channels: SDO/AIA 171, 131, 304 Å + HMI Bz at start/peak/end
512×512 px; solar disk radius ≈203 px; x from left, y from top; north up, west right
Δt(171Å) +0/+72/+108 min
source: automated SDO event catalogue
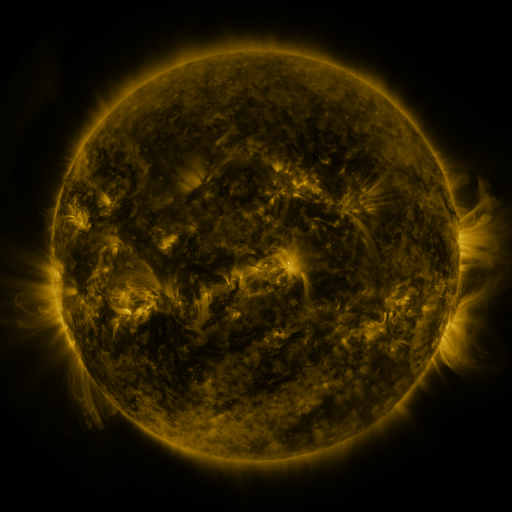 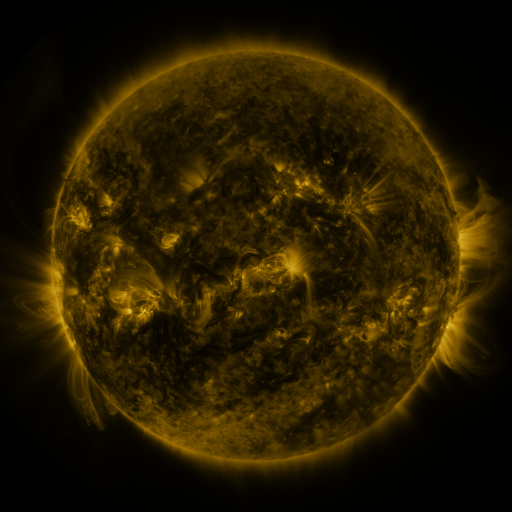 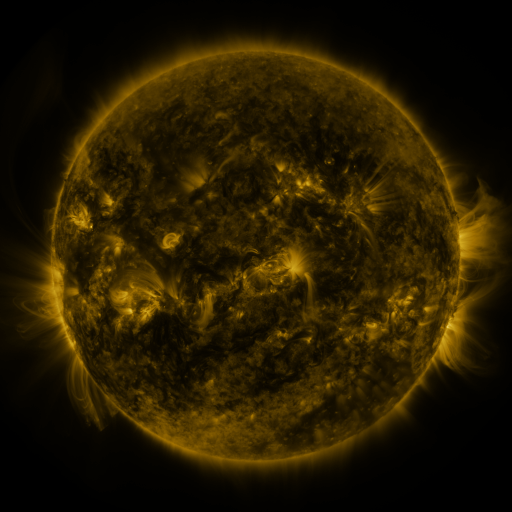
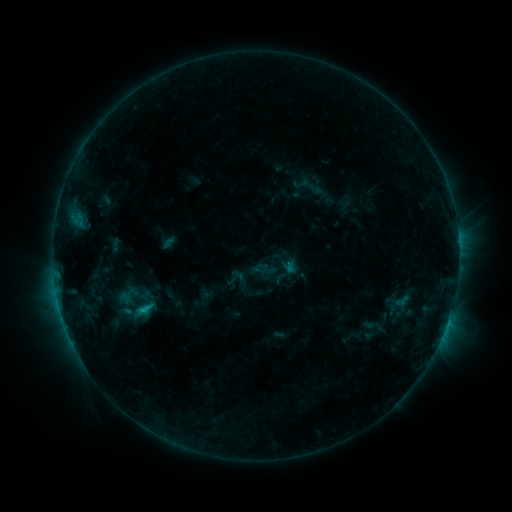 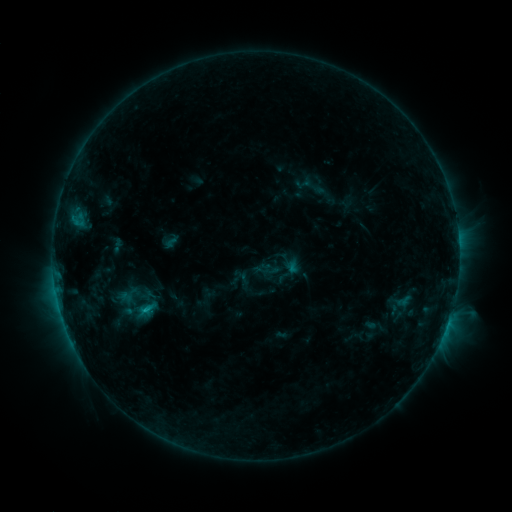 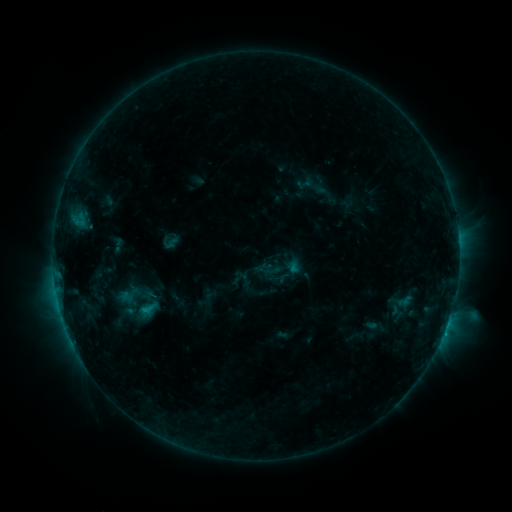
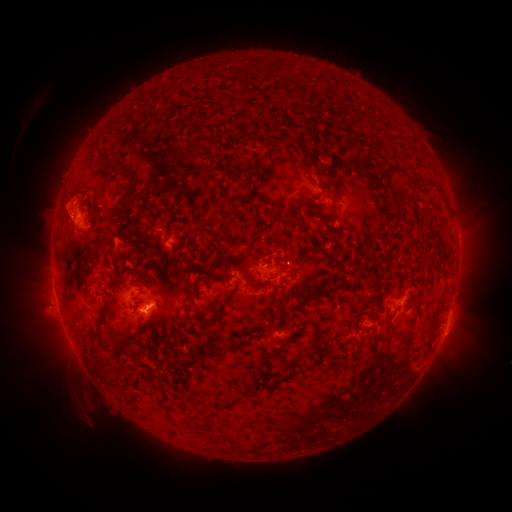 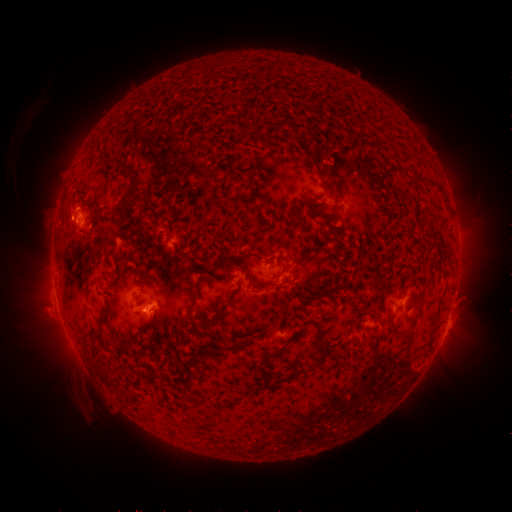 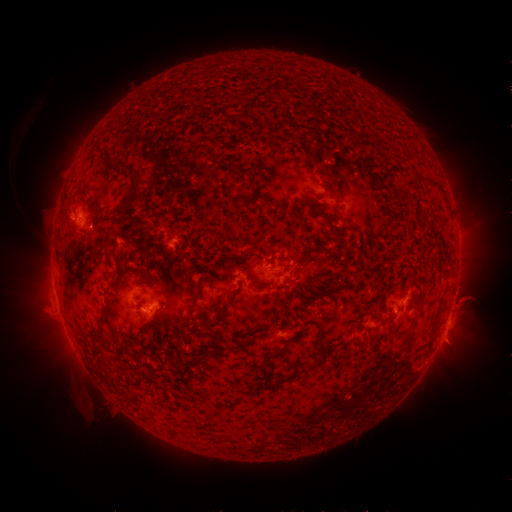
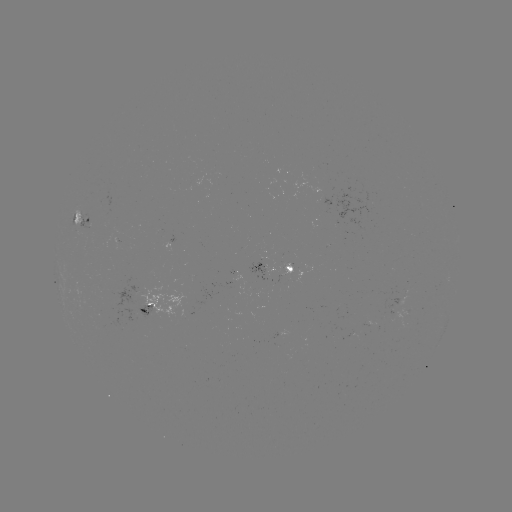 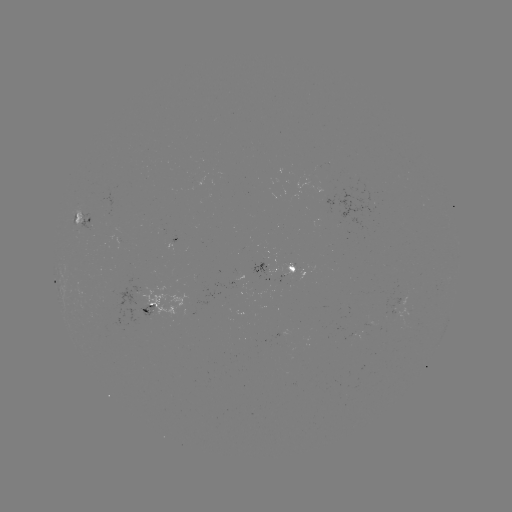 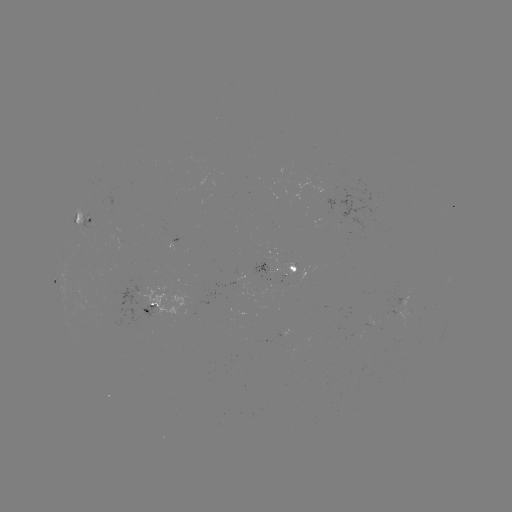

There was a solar emerging-flux region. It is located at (157, 287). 